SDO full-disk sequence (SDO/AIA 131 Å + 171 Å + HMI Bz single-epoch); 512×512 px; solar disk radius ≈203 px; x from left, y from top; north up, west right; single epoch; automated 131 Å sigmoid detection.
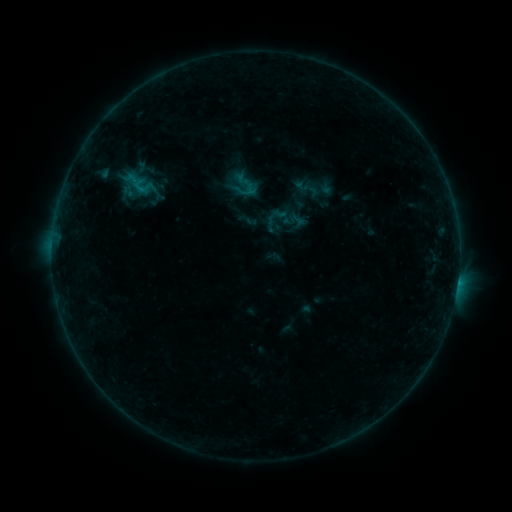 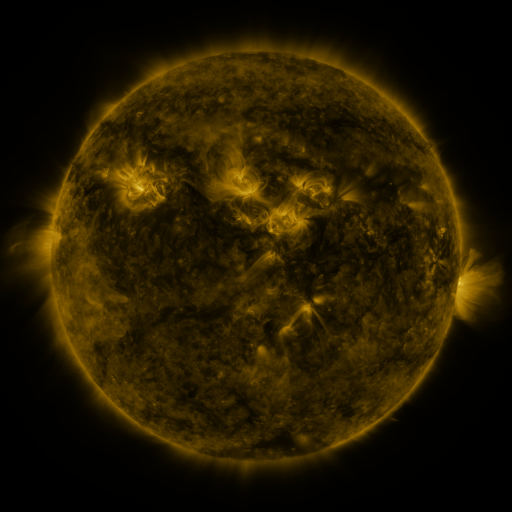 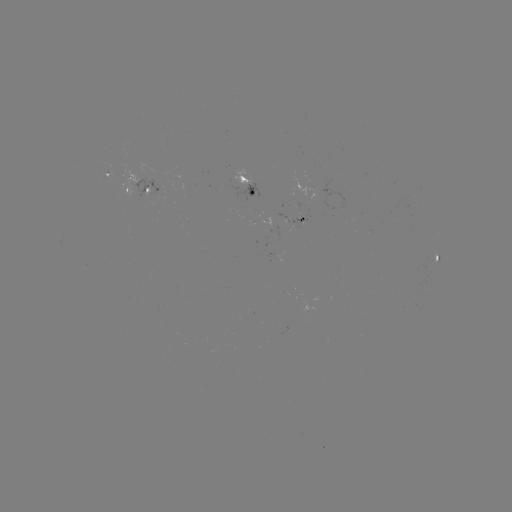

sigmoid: <bbox>238, 179, 258, 199</bbox>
